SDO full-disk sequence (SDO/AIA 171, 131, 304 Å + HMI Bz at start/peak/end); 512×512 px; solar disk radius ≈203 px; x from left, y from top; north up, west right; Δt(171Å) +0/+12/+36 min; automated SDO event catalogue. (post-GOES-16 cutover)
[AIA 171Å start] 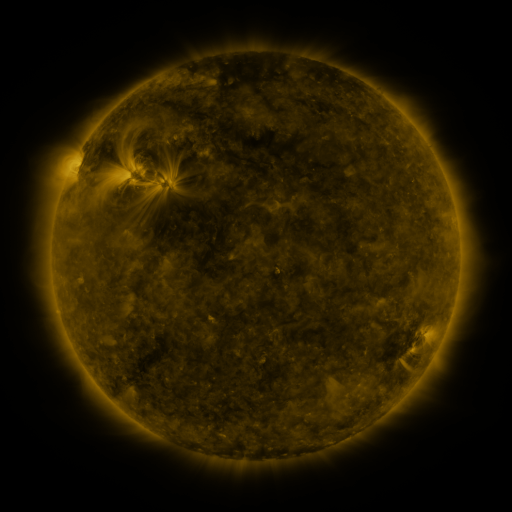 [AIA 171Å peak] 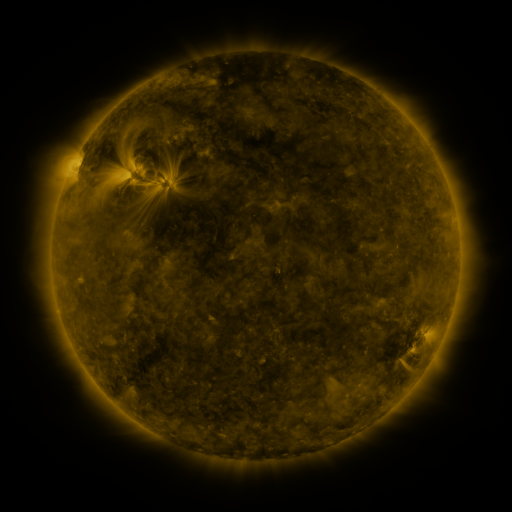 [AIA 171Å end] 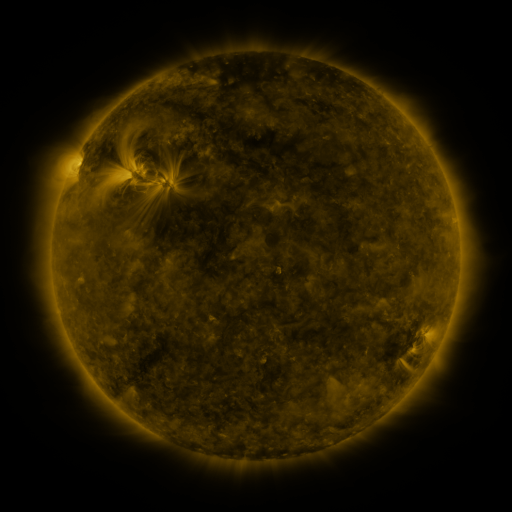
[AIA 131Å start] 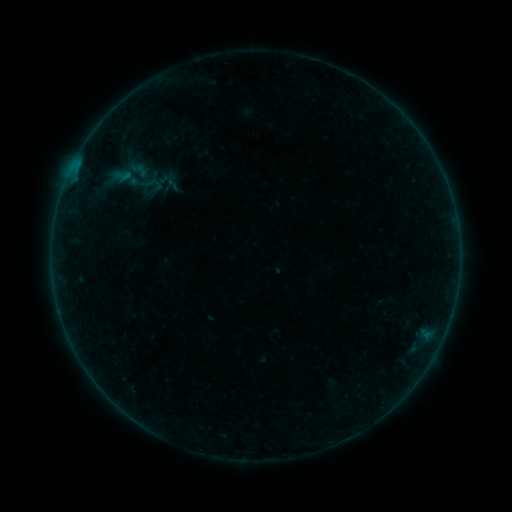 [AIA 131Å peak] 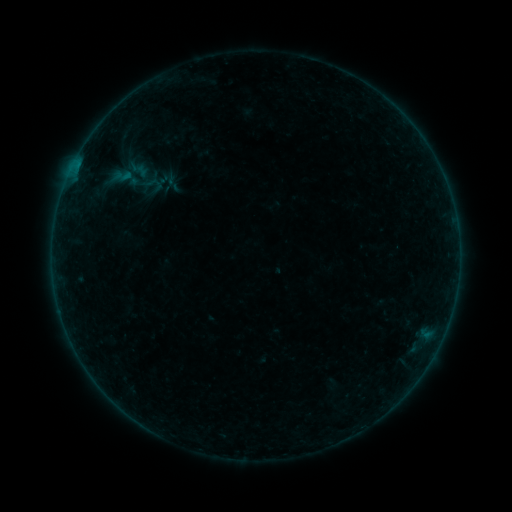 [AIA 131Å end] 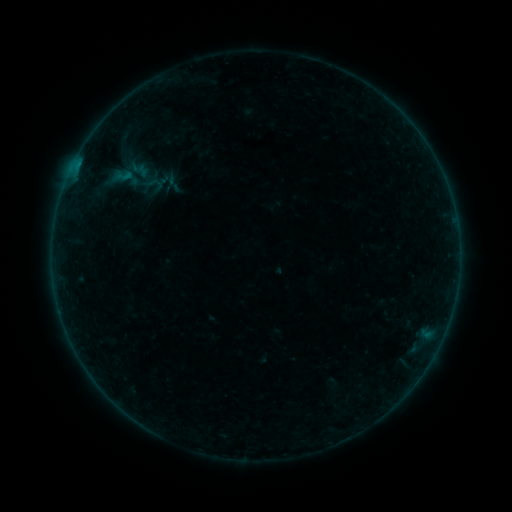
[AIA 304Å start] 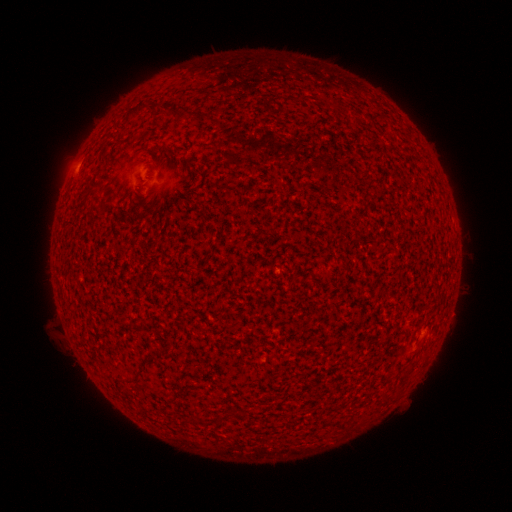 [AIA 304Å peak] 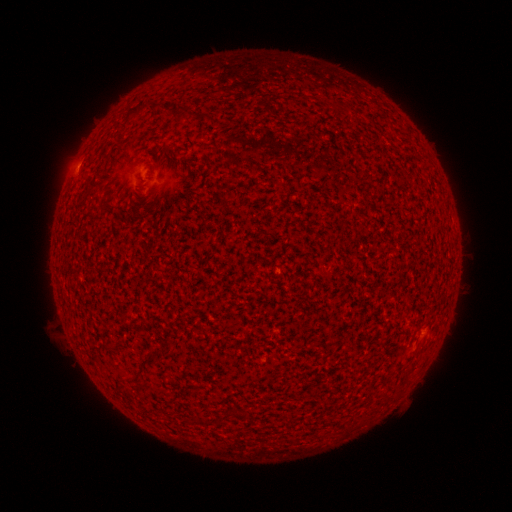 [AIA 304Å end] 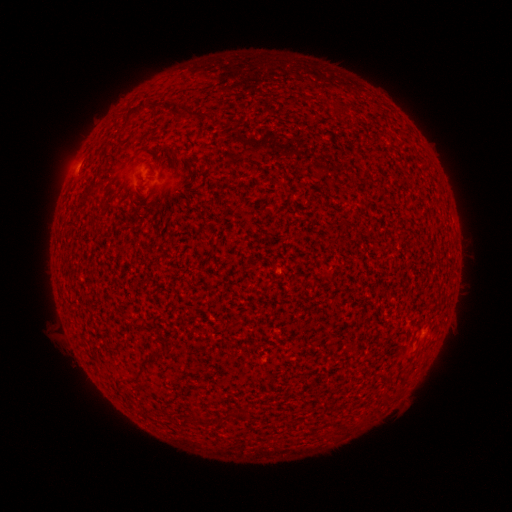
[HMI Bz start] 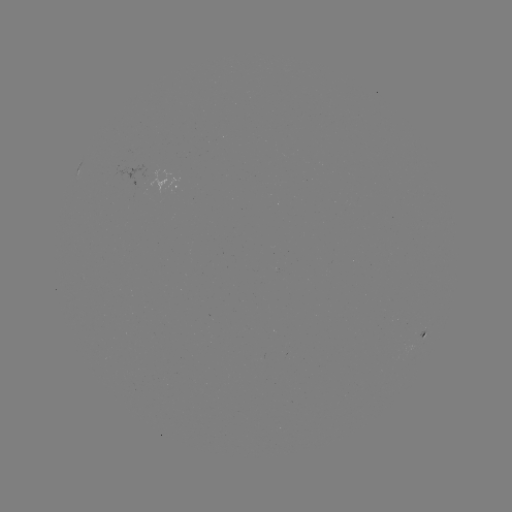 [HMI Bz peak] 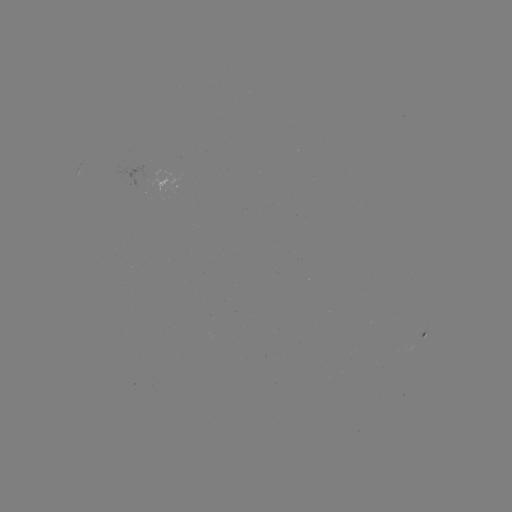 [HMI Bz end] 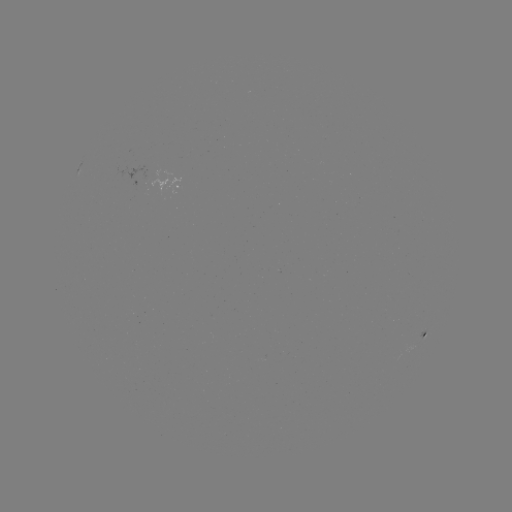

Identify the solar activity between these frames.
A4.5 flare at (77, 171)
